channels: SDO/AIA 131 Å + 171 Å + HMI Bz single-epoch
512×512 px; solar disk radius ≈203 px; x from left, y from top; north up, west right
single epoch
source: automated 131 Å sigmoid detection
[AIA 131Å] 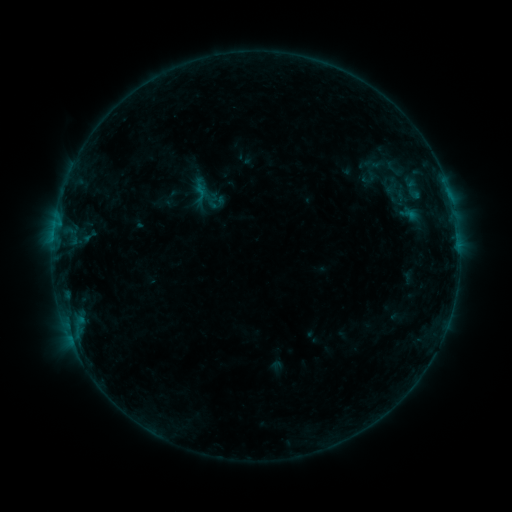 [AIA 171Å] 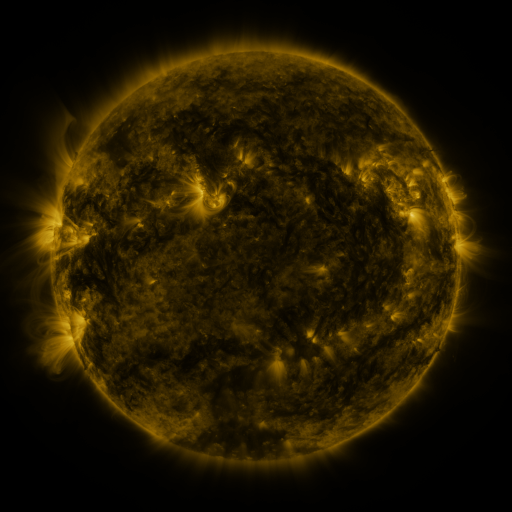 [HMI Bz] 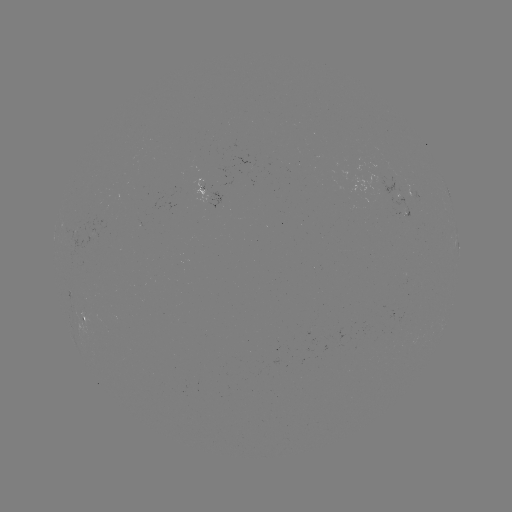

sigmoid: [397, 203, 420, 225]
